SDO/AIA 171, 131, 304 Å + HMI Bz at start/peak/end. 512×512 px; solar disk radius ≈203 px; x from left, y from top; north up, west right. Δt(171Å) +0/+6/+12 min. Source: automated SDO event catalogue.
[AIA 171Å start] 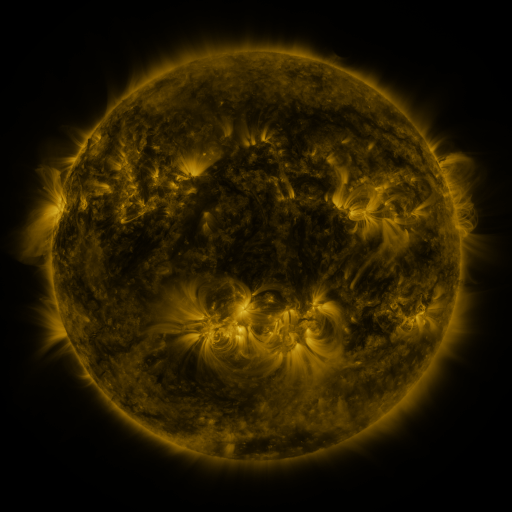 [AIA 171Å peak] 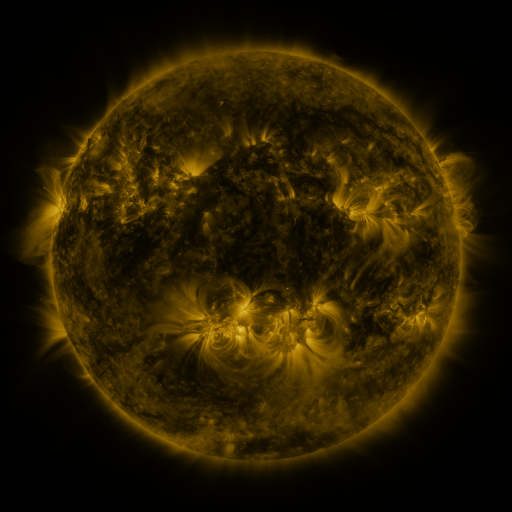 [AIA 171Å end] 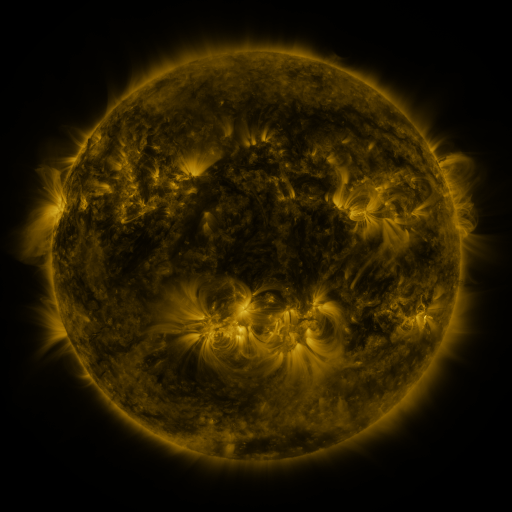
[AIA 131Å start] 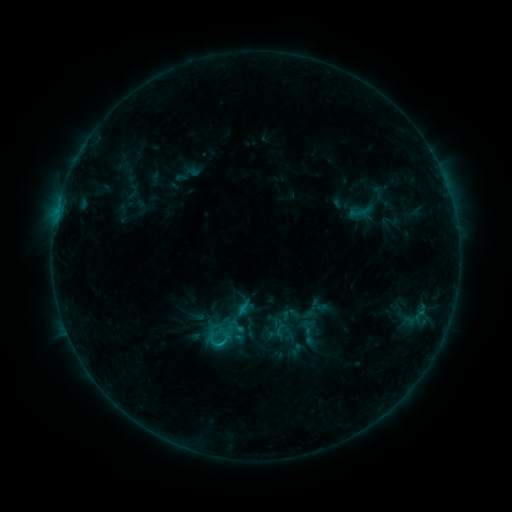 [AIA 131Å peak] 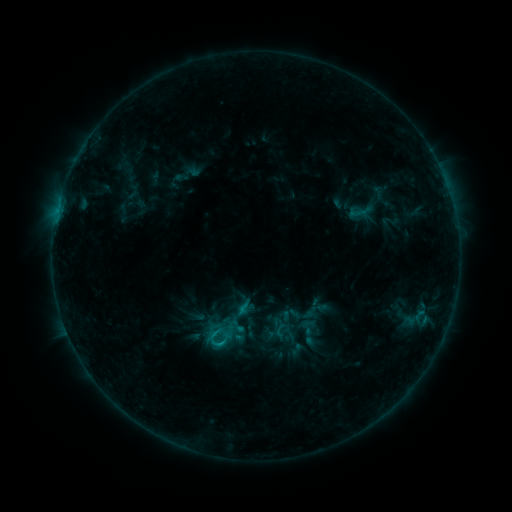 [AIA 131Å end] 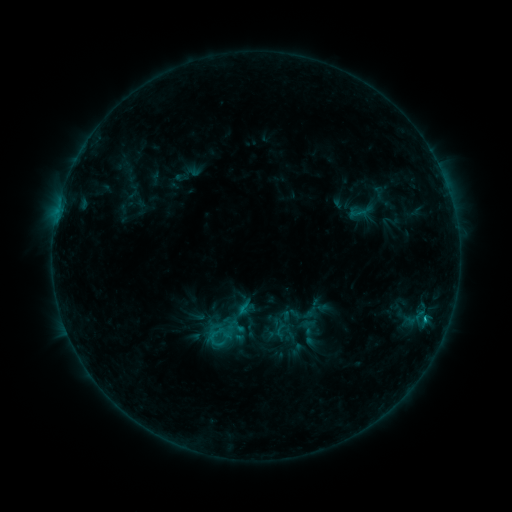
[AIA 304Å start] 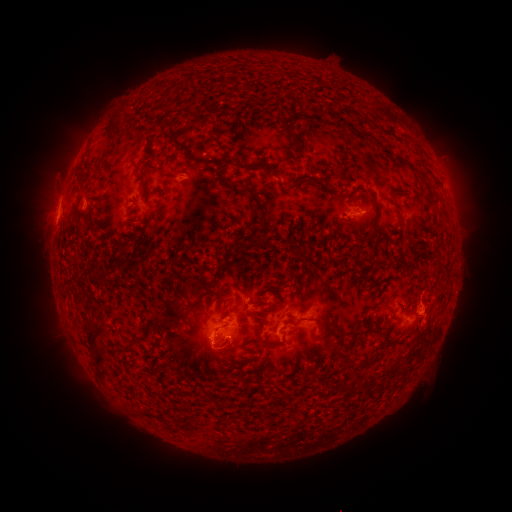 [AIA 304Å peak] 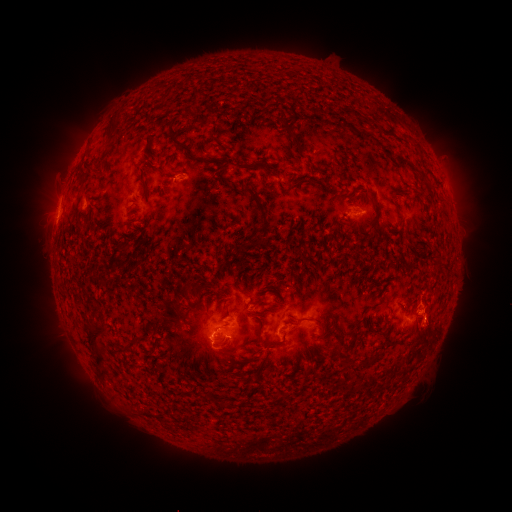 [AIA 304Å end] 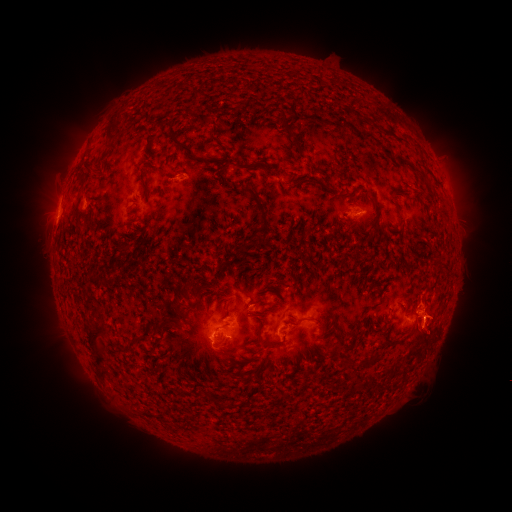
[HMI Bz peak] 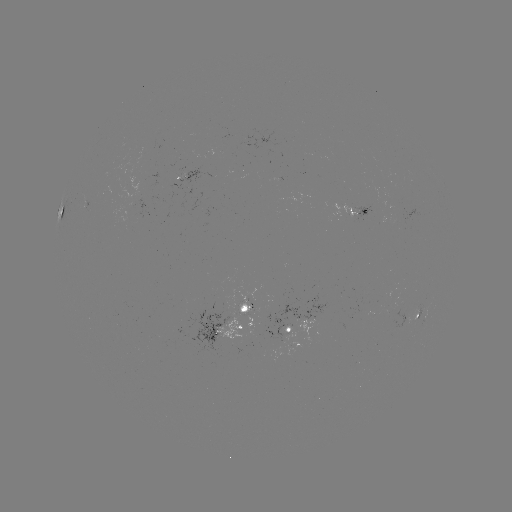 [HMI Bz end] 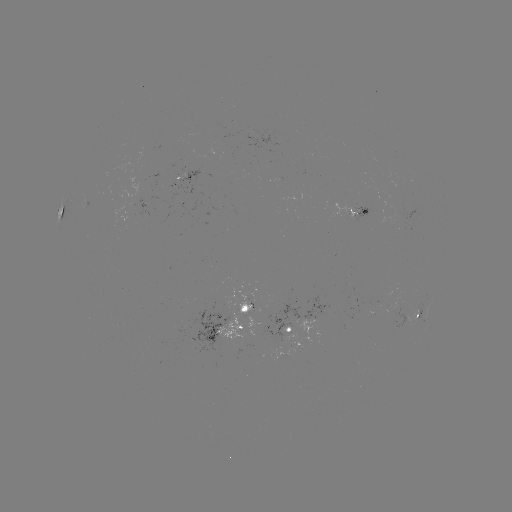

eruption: <bbox>407, 323, 456, 366</bbox>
